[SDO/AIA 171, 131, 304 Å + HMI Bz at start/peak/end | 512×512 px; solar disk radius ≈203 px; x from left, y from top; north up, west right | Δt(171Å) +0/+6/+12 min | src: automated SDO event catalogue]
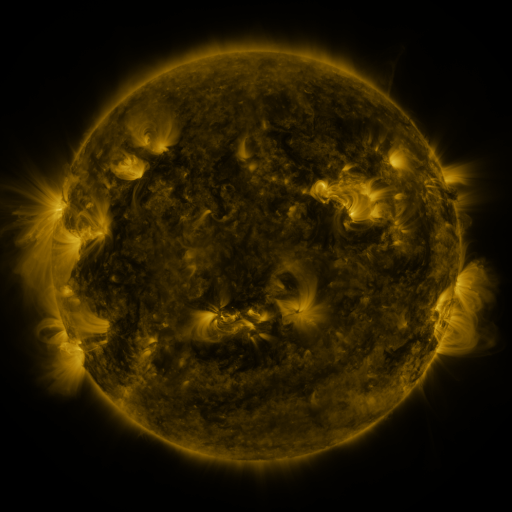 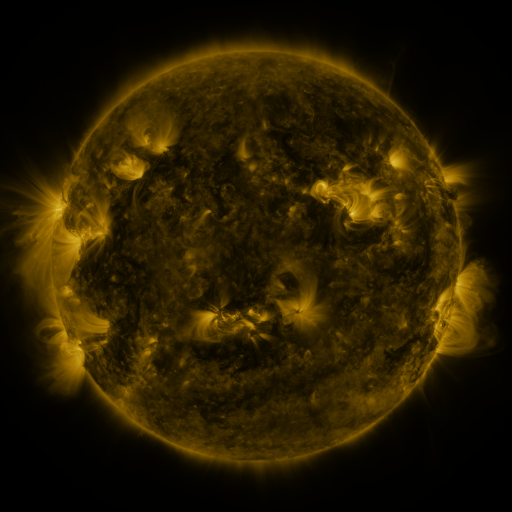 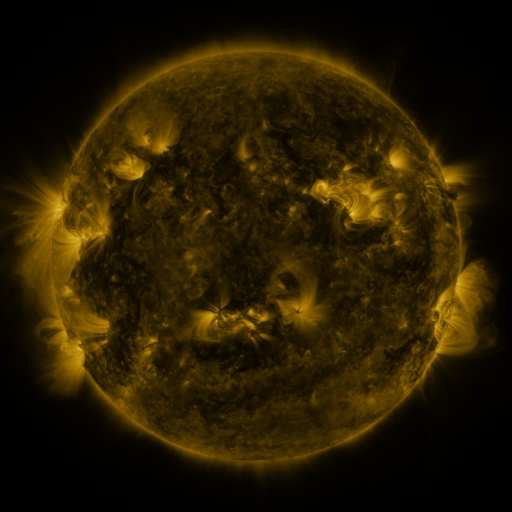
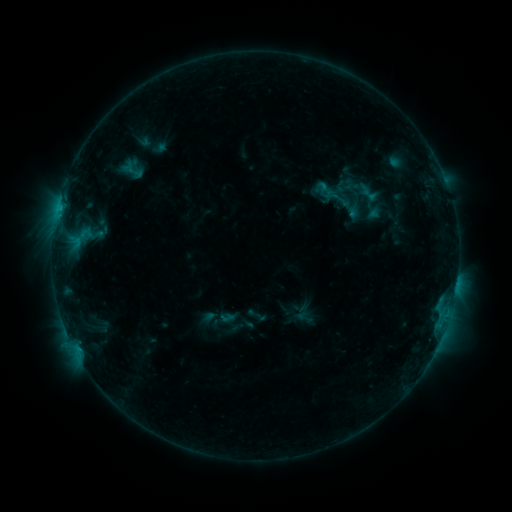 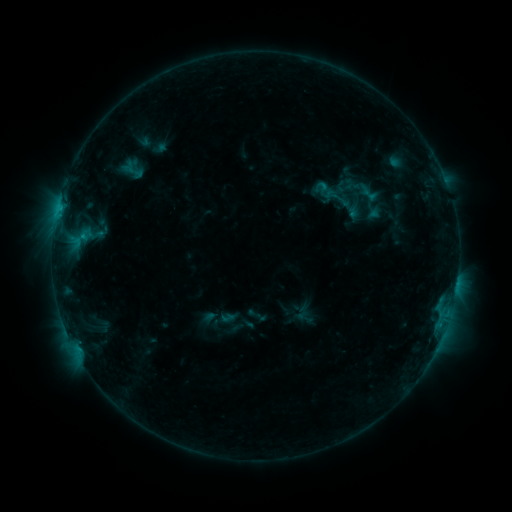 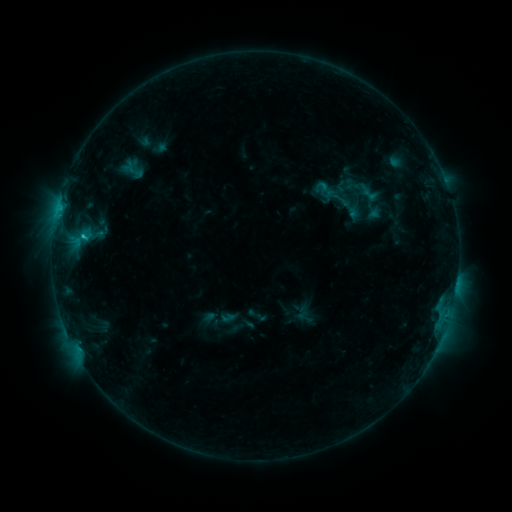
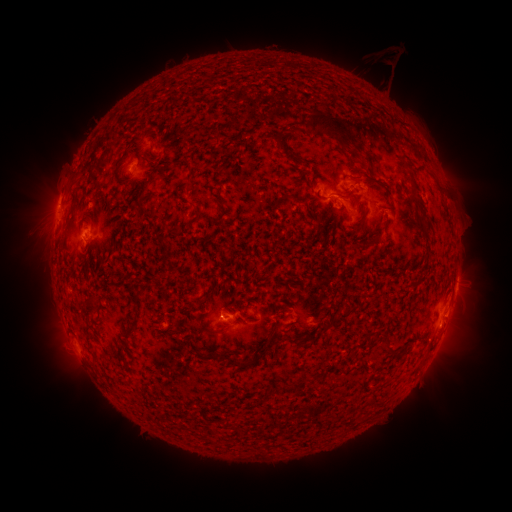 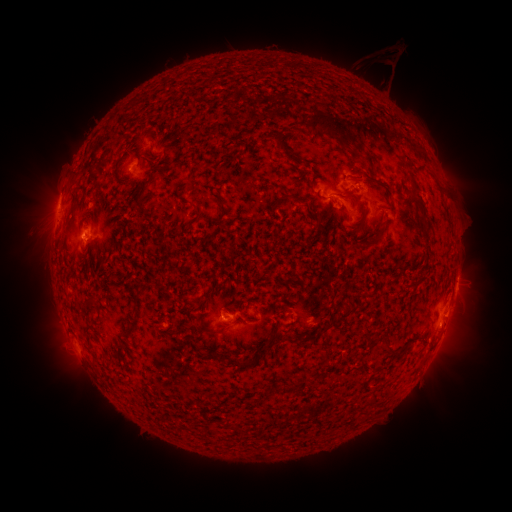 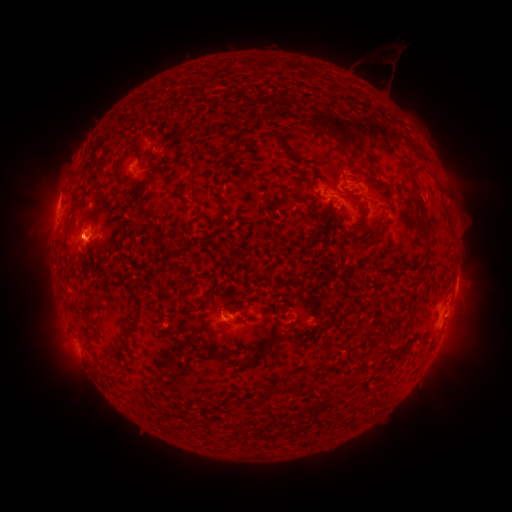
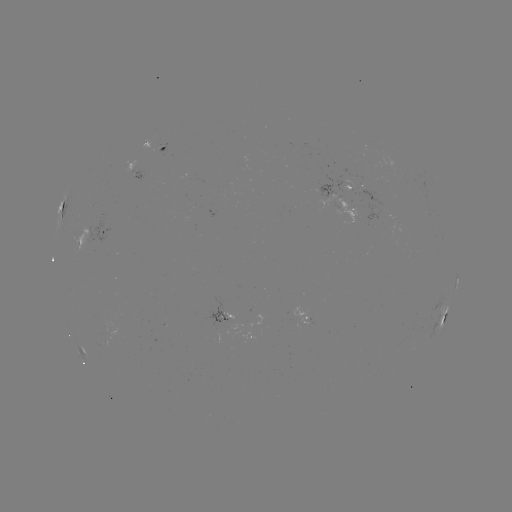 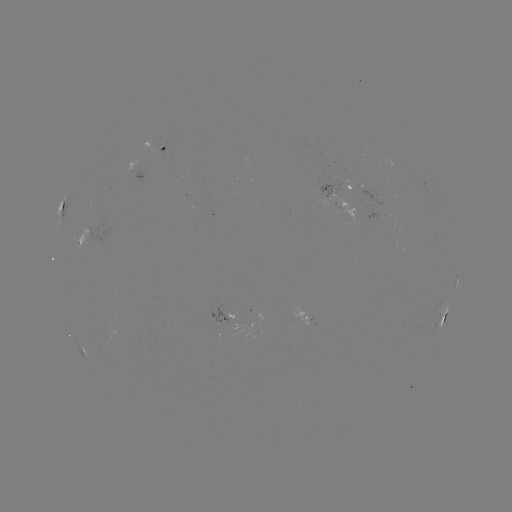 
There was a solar flare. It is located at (83, 239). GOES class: C1.3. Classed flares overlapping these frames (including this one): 1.